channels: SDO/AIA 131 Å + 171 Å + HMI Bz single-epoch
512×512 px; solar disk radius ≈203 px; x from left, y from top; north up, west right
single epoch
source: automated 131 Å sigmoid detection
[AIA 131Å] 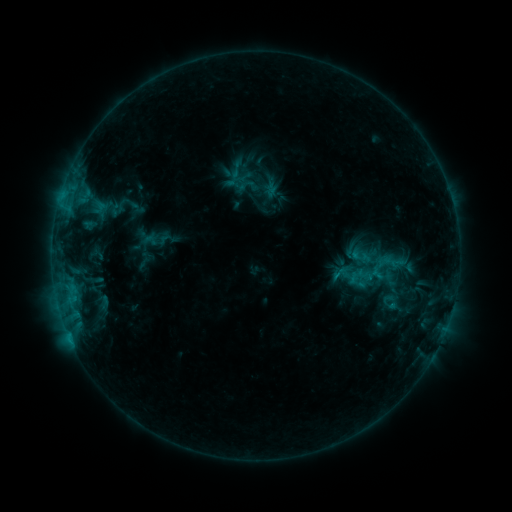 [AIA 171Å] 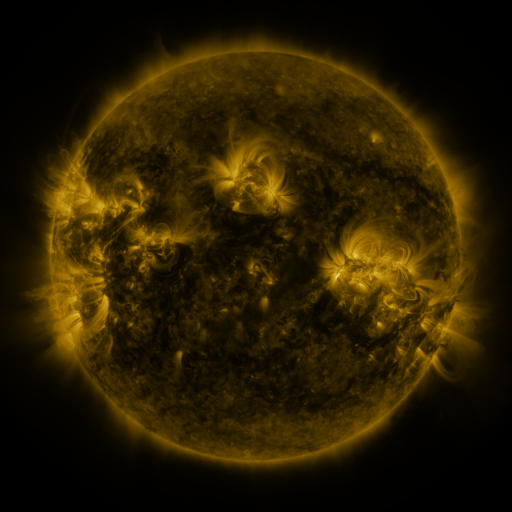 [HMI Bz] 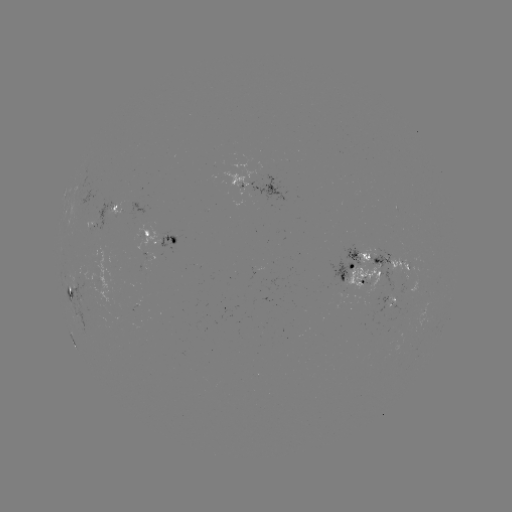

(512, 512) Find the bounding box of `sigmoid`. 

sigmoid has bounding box [91, 293, 117, 311].